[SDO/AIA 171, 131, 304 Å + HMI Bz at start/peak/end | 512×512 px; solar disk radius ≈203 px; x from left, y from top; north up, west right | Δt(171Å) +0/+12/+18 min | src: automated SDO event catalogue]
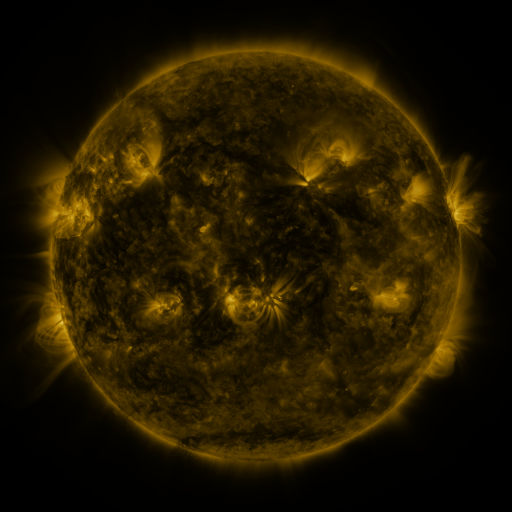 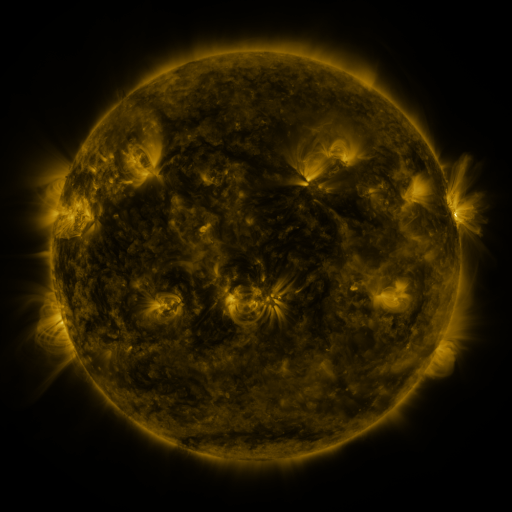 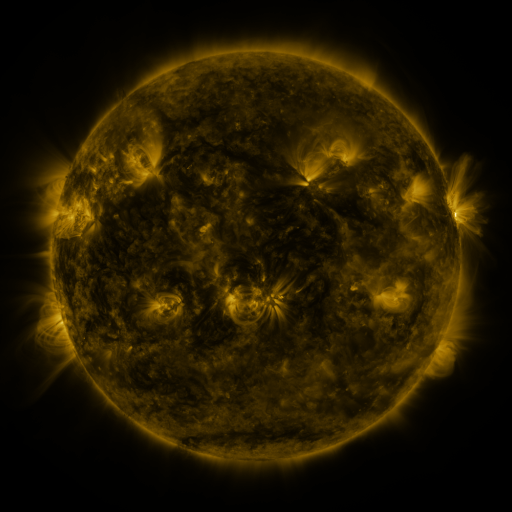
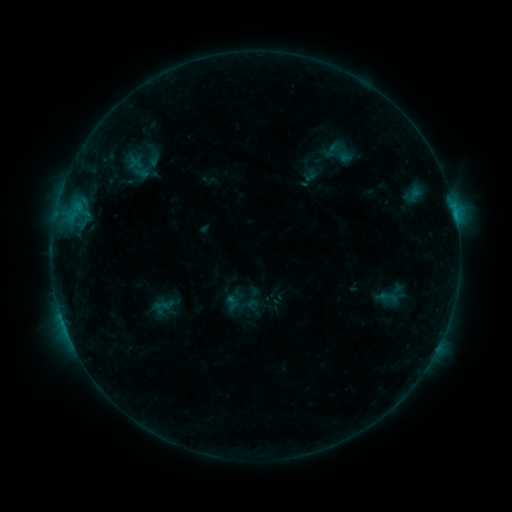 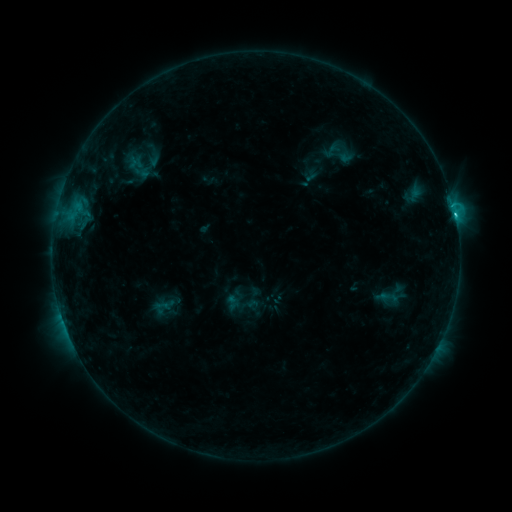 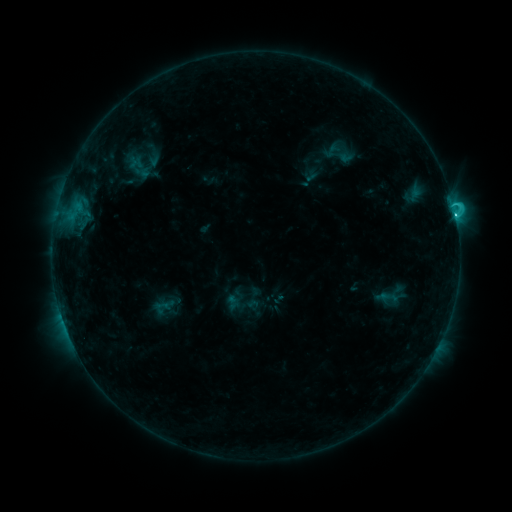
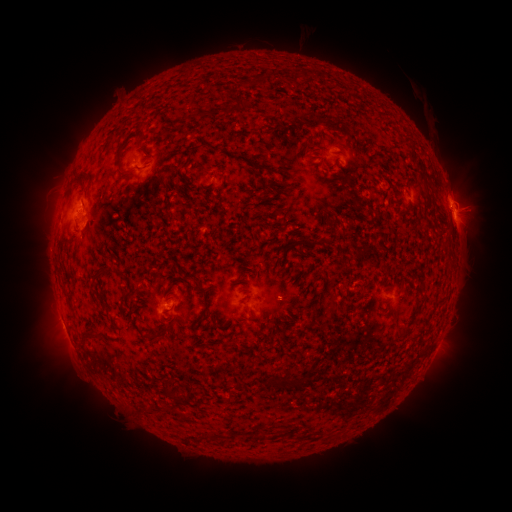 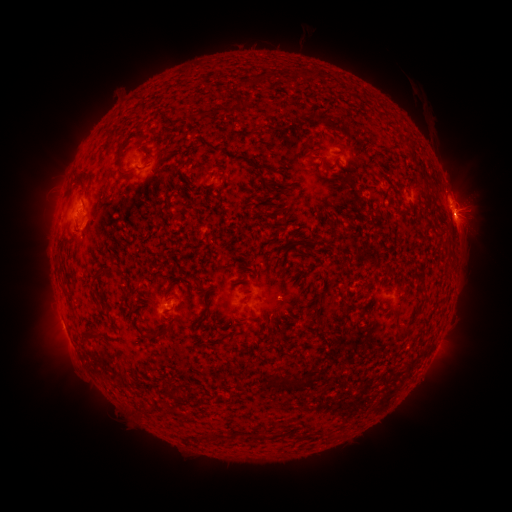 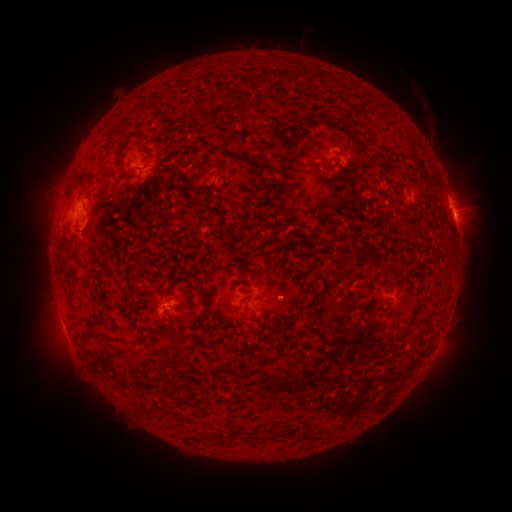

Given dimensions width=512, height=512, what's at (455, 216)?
C3.5 flare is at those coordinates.